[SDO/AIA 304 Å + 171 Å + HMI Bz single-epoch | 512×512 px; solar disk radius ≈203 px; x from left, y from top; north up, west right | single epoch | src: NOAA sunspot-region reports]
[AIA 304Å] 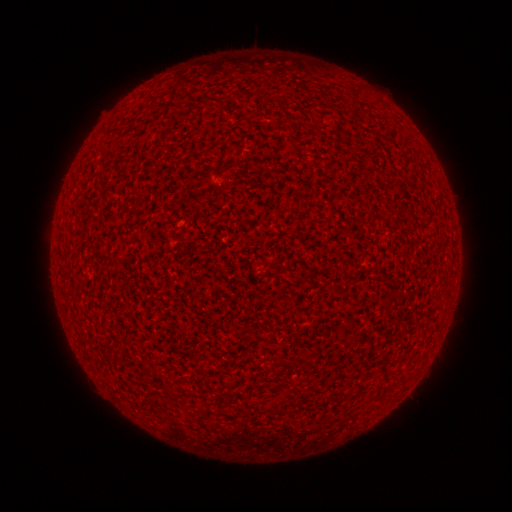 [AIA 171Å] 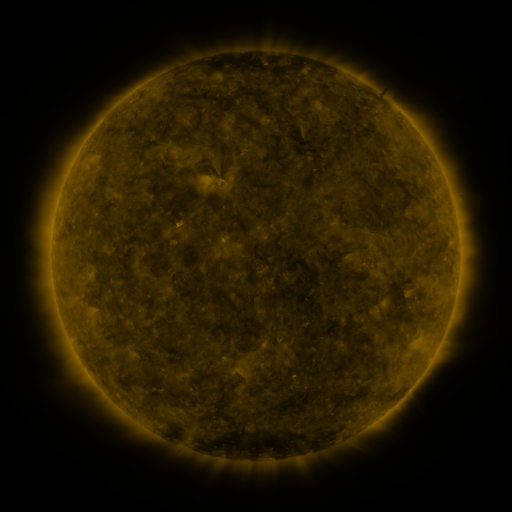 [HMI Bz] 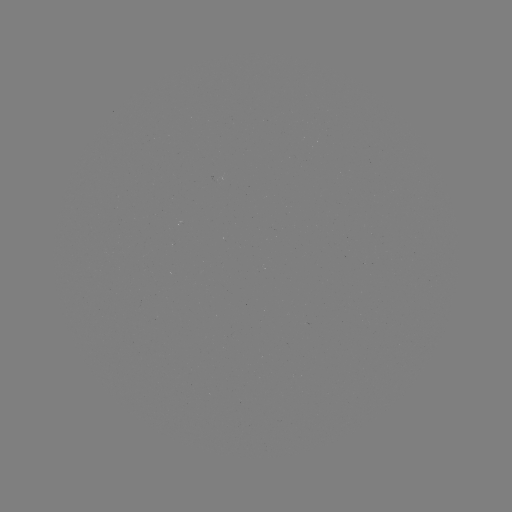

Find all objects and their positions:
(none)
